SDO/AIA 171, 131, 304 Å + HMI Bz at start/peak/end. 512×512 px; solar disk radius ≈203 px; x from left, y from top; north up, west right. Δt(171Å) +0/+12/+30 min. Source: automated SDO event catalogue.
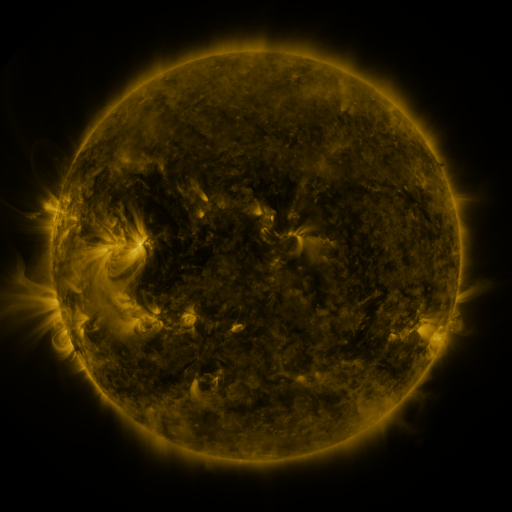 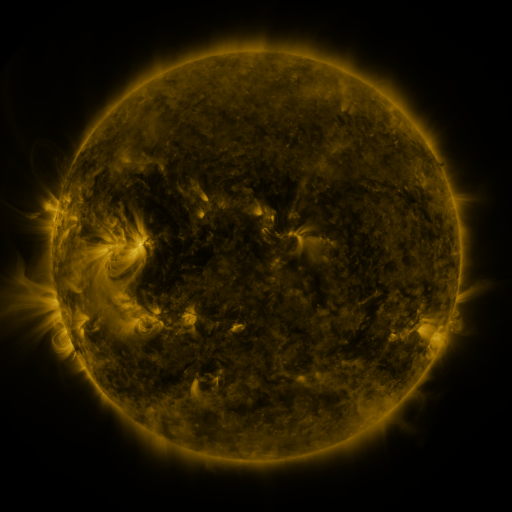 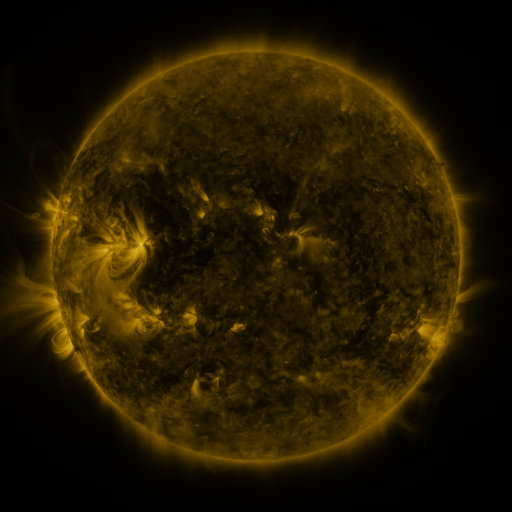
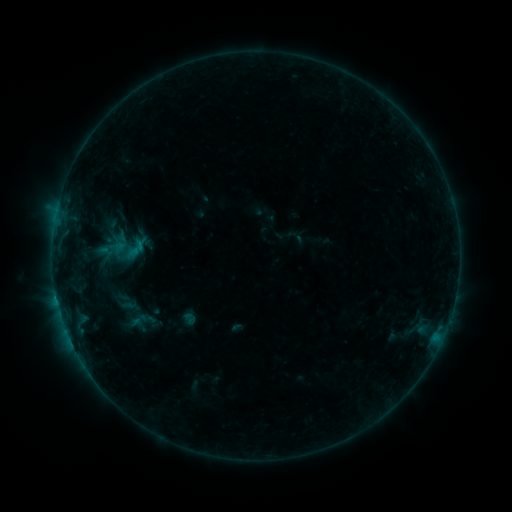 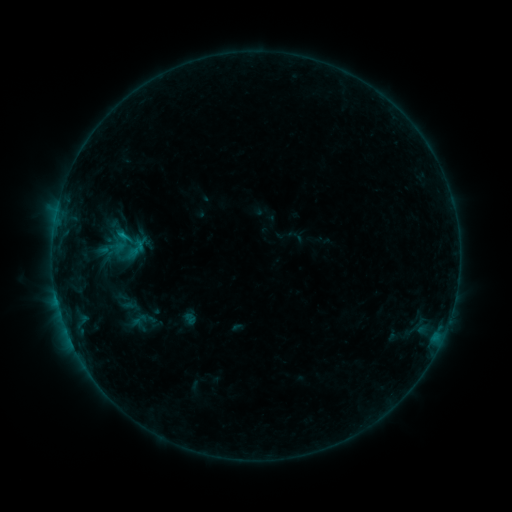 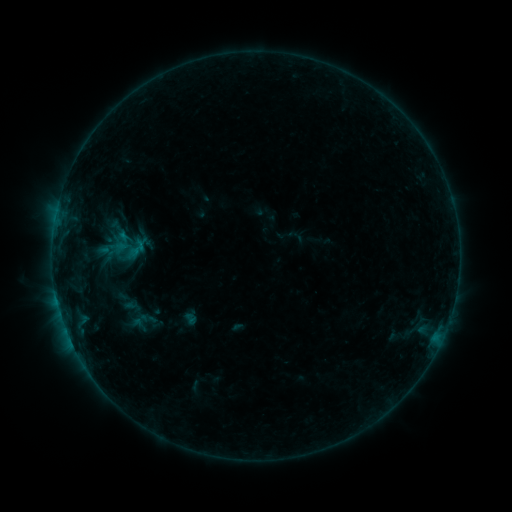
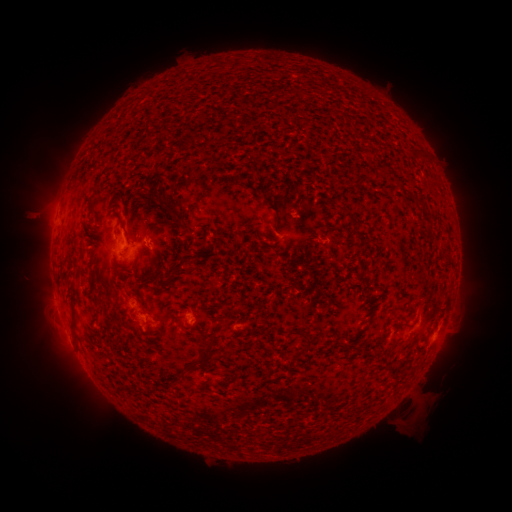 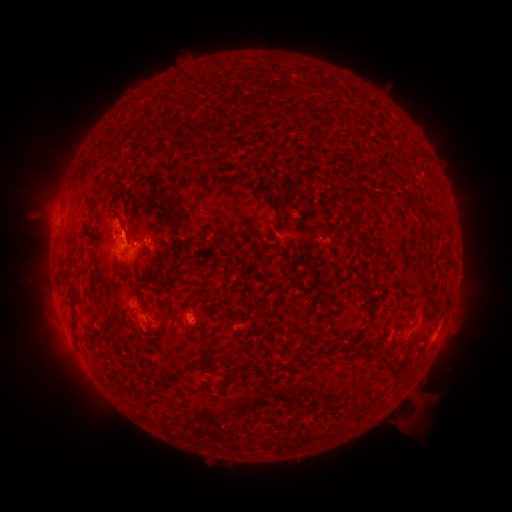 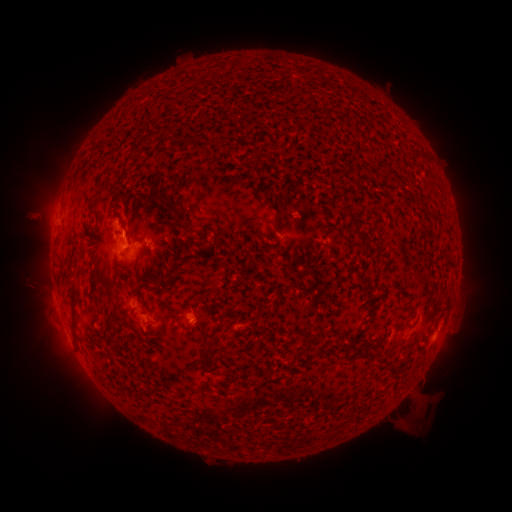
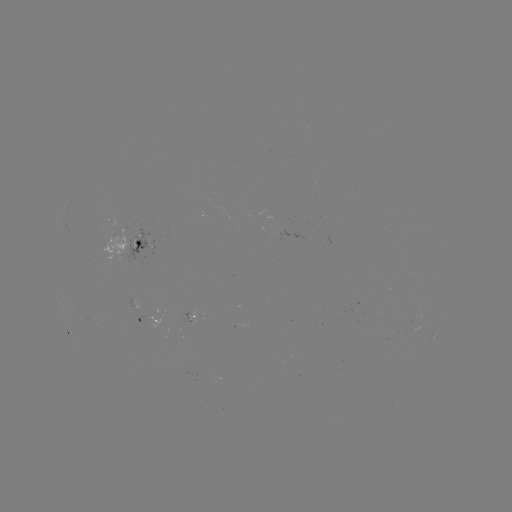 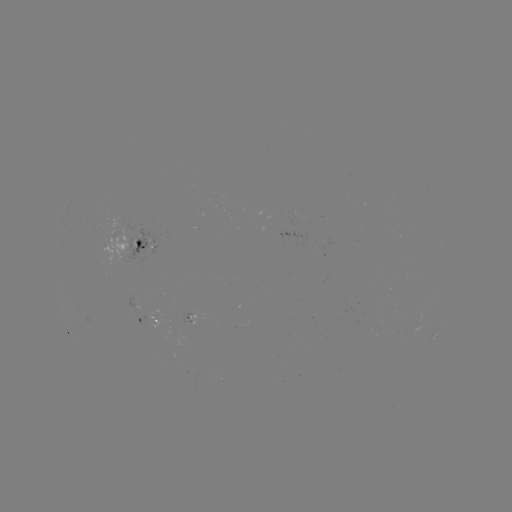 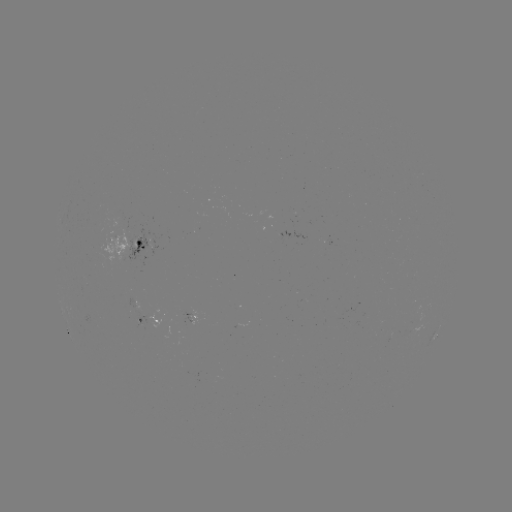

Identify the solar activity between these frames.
B5.7 flare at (123, 238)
